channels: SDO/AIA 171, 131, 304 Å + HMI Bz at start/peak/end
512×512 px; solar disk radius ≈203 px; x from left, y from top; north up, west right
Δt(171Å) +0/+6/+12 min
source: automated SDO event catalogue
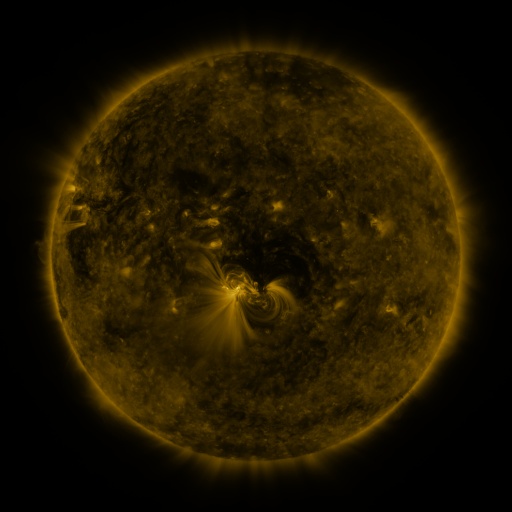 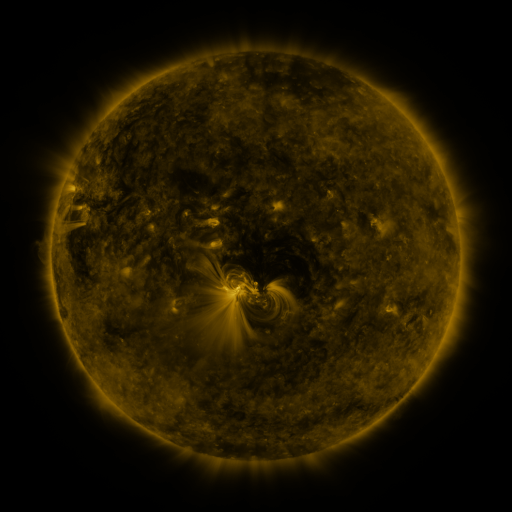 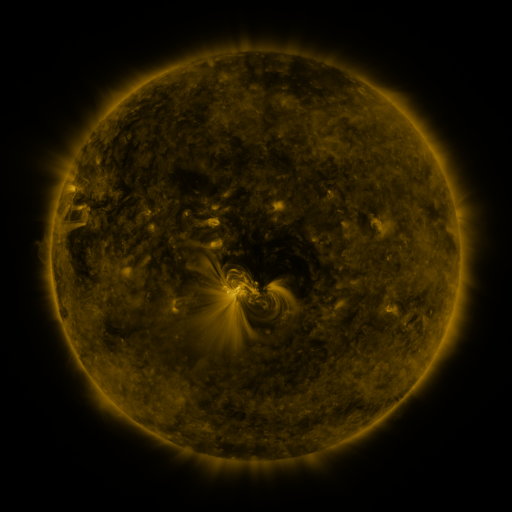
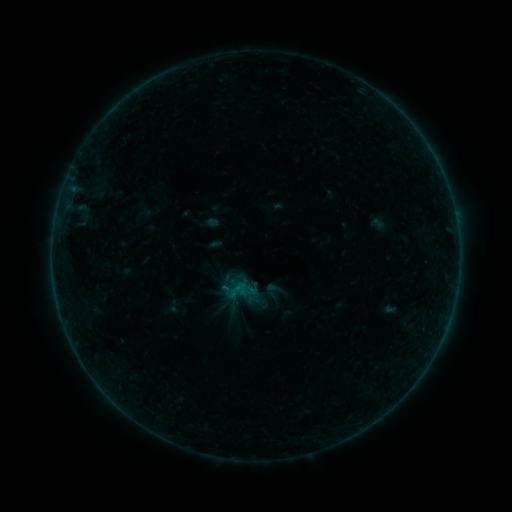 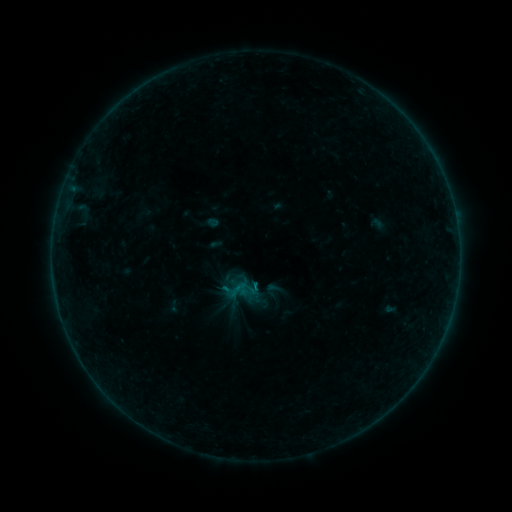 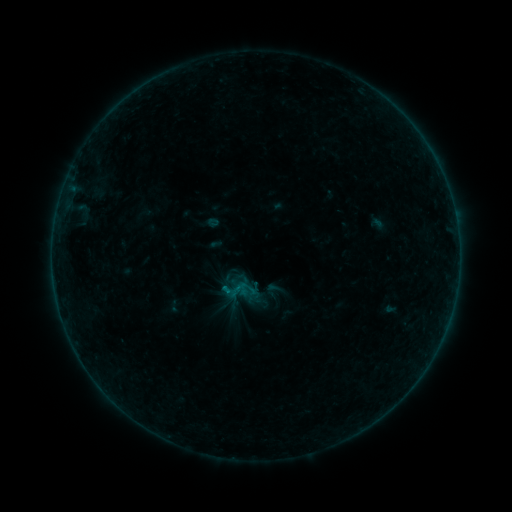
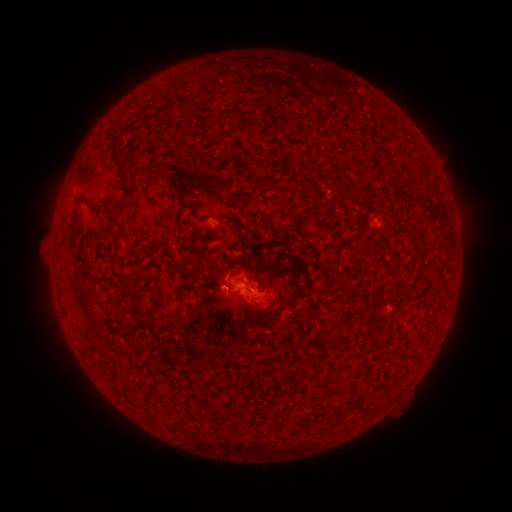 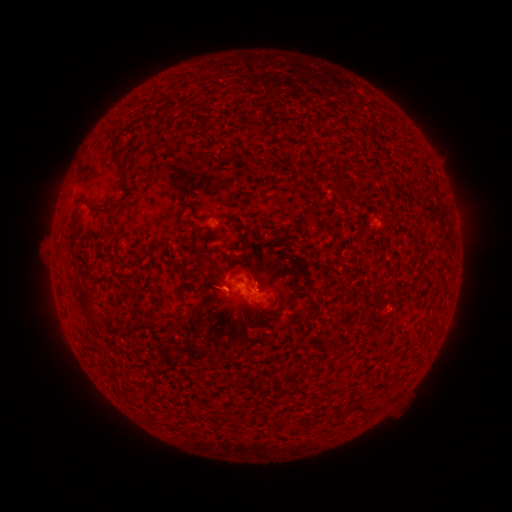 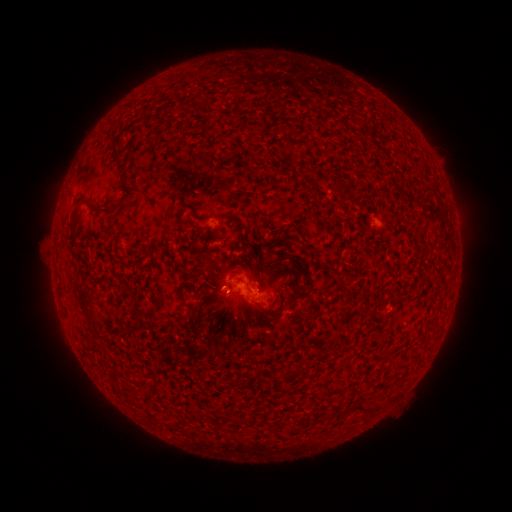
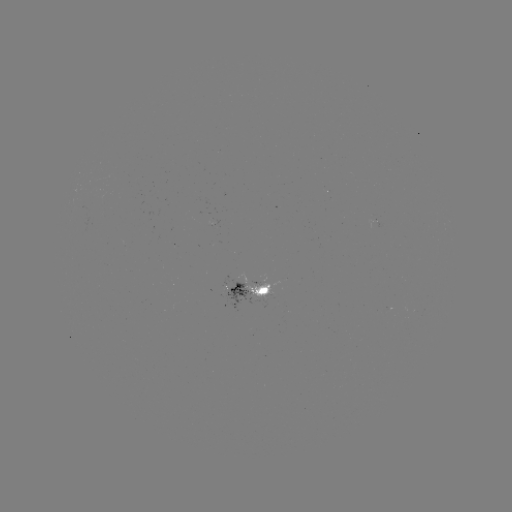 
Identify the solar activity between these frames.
B2.8 flare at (256, 284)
